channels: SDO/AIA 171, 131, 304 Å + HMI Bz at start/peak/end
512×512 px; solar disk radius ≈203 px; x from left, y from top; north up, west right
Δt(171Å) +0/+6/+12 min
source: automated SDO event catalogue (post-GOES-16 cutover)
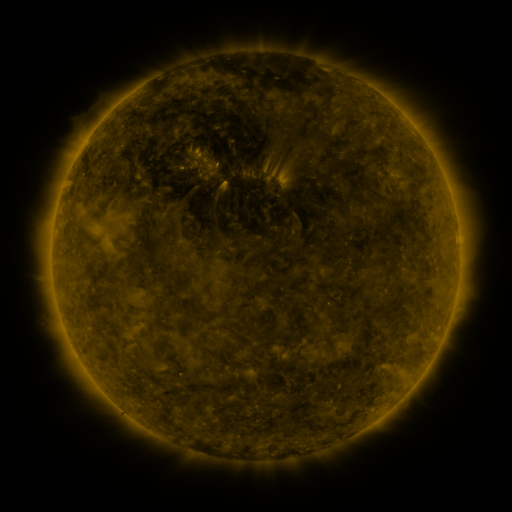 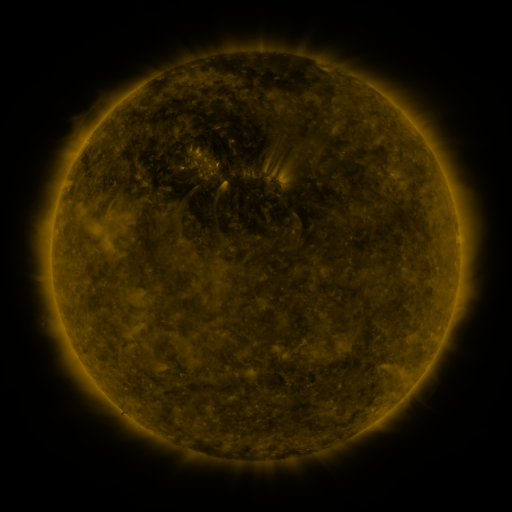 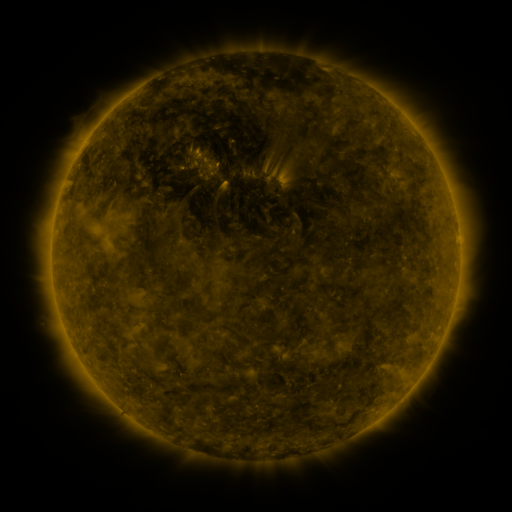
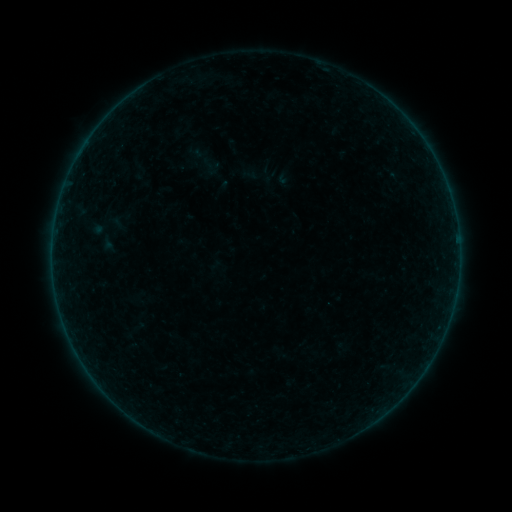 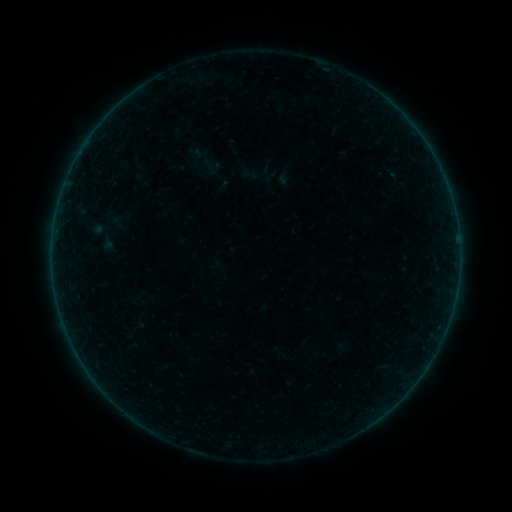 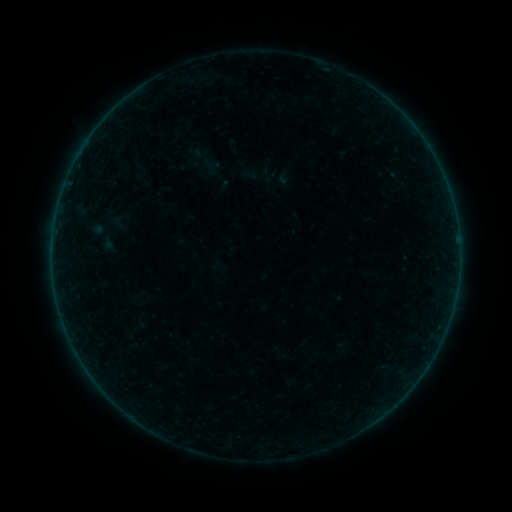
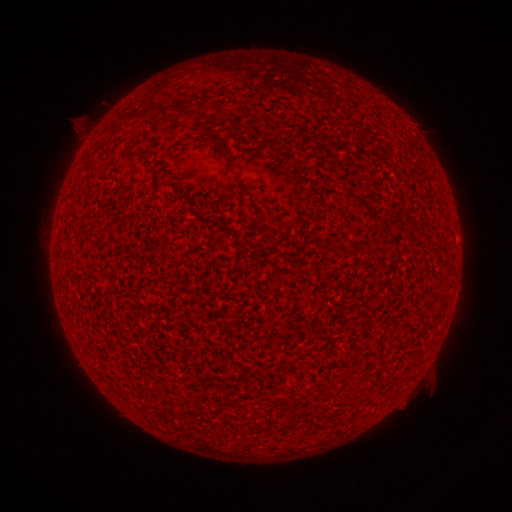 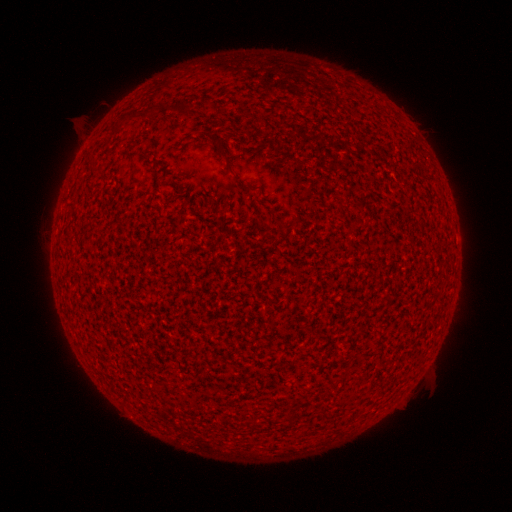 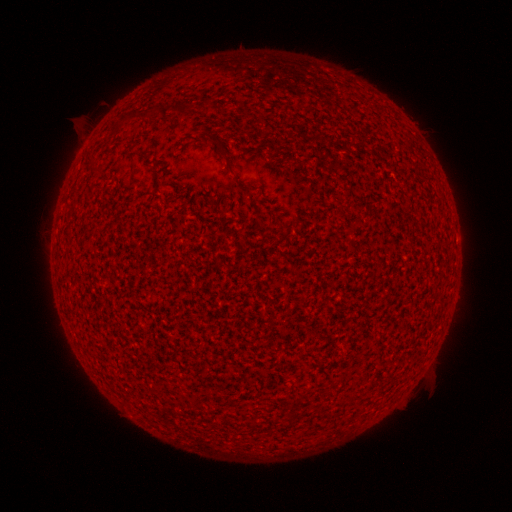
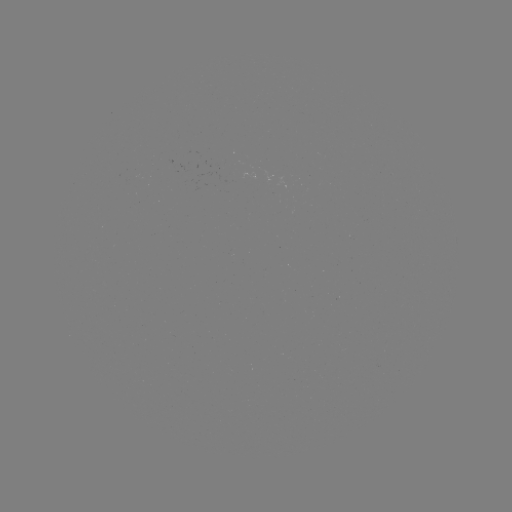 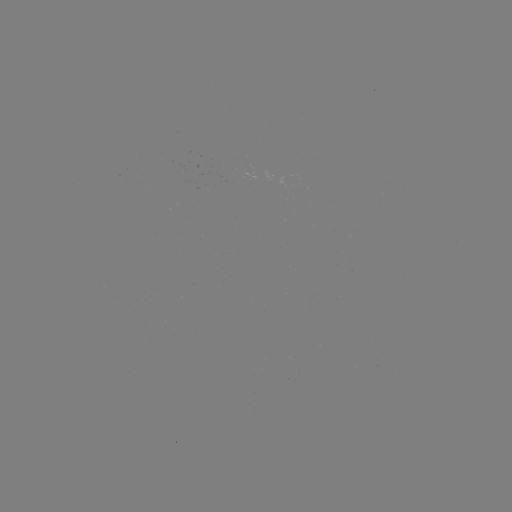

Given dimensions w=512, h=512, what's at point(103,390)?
A5.2 flare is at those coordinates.